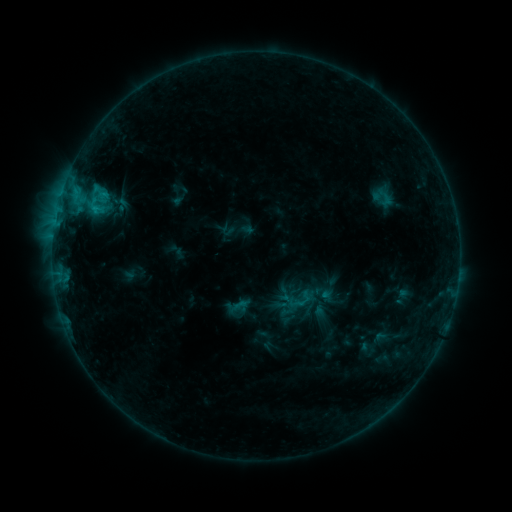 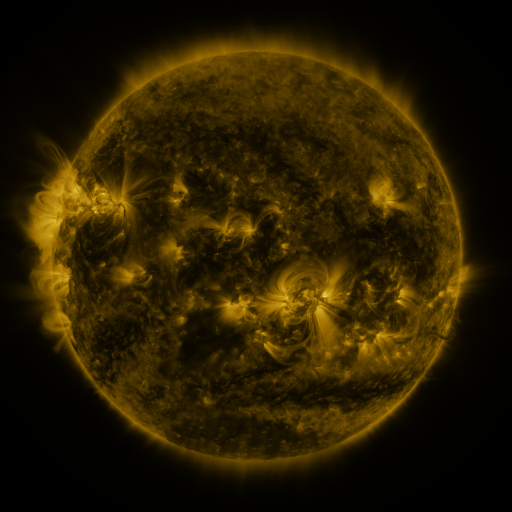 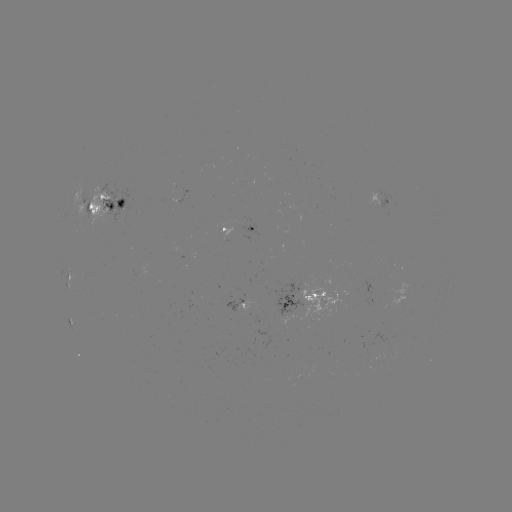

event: sigmoid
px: (302, 300)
